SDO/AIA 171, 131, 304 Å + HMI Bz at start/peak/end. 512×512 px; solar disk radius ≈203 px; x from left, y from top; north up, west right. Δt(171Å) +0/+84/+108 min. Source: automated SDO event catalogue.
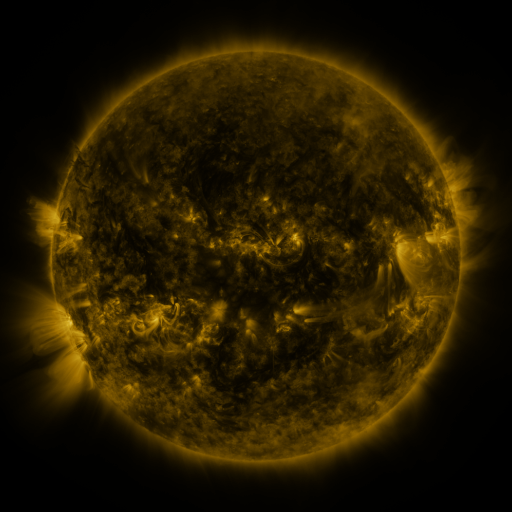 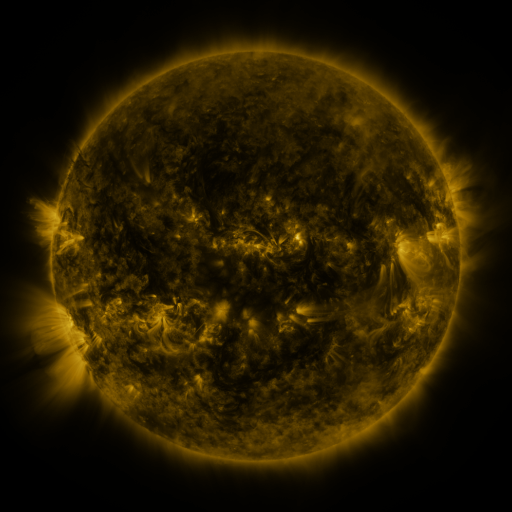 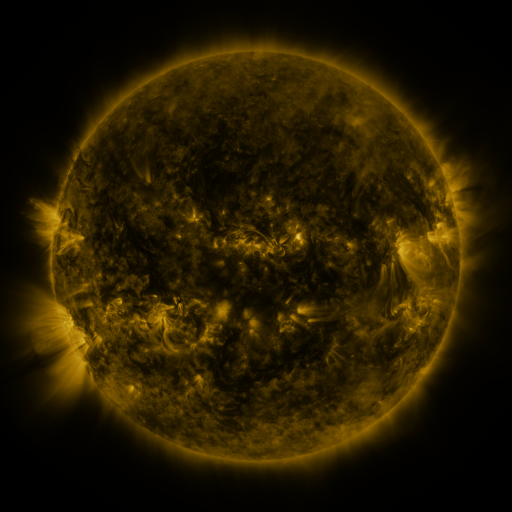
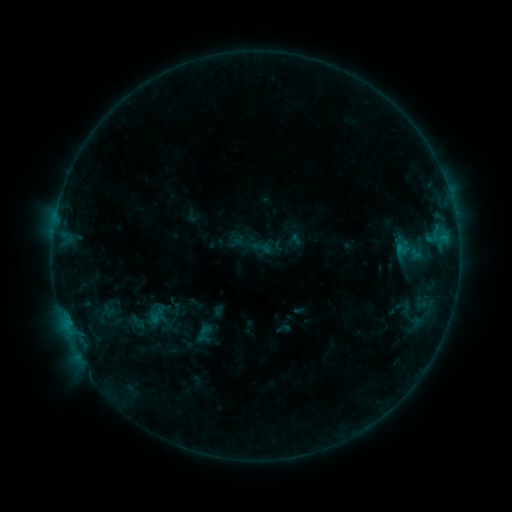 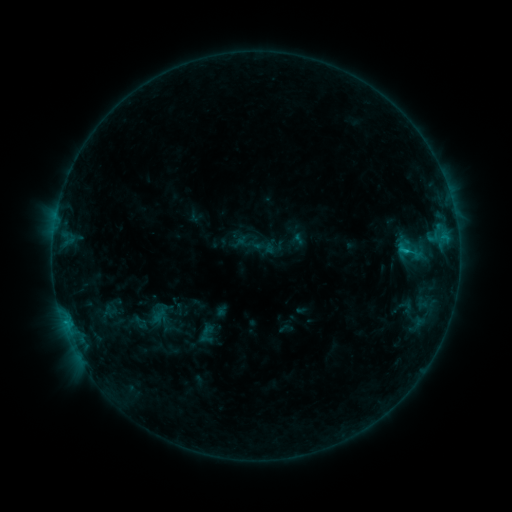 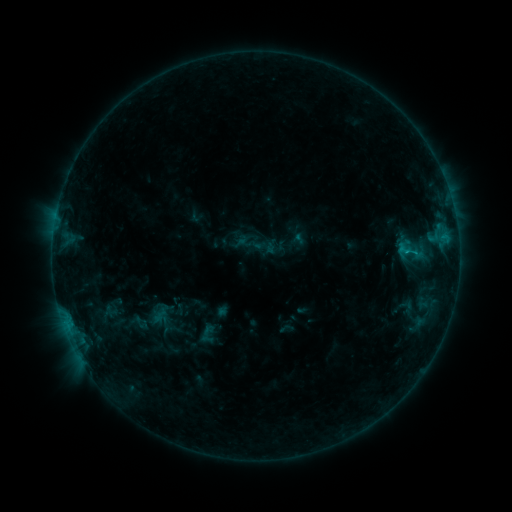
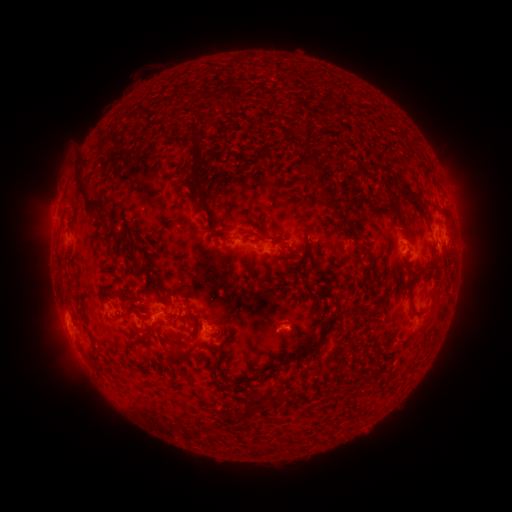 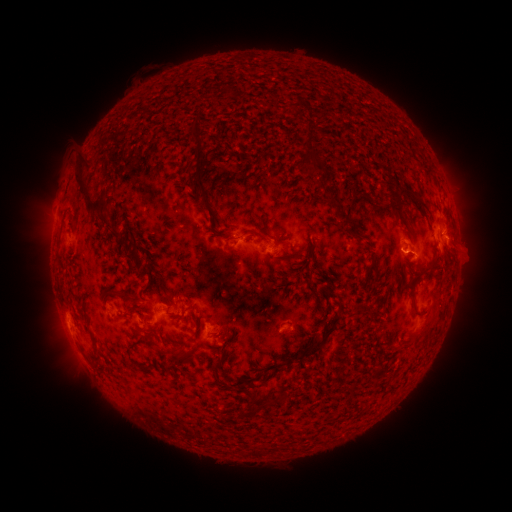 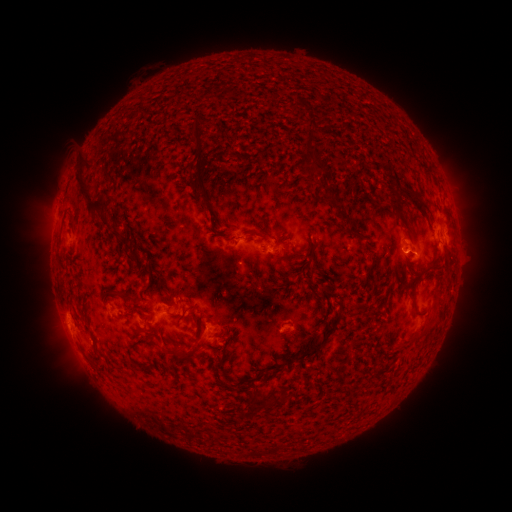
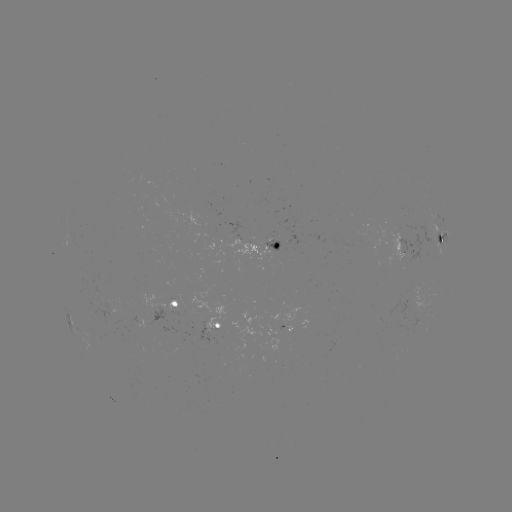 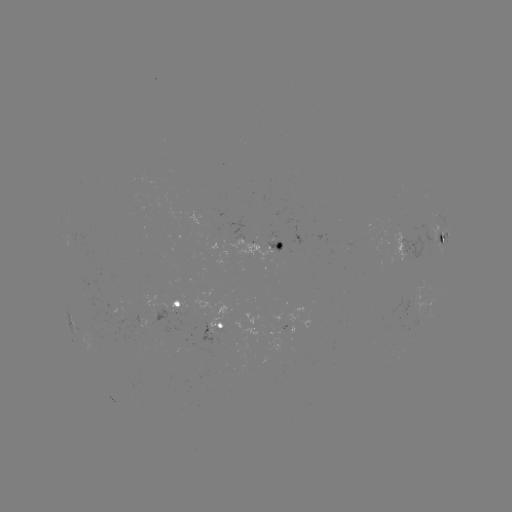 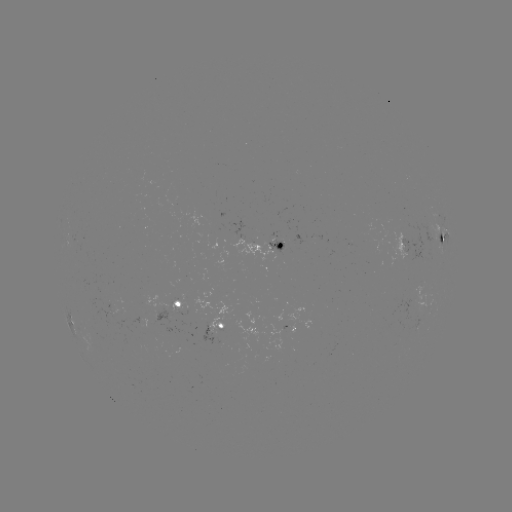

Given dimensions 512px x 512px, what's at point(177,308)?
emerging-flux region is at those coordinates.